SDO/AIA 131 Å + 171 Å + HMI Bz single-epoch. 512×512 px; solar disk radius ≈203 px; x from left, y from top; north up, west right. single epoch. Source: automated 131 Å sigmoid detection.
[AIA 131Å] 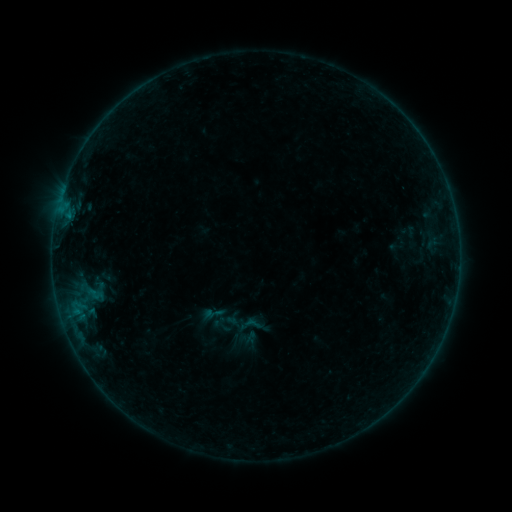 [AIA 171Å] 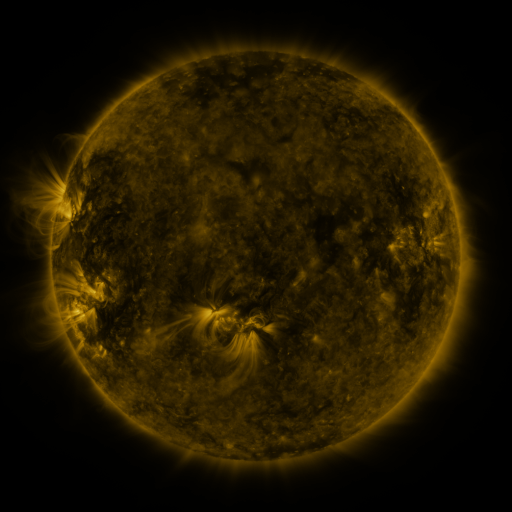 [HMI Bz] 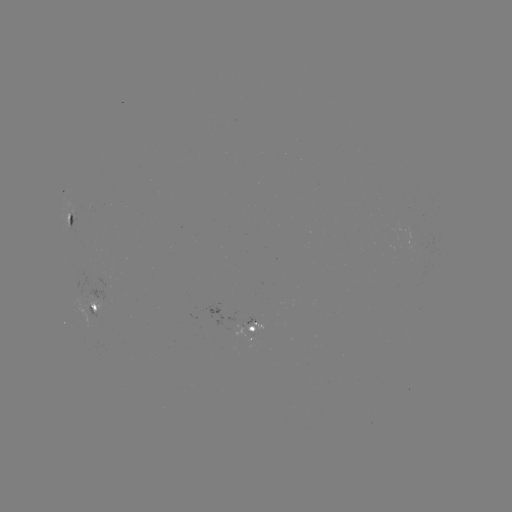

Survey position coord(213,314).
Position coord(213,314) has sigmoid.